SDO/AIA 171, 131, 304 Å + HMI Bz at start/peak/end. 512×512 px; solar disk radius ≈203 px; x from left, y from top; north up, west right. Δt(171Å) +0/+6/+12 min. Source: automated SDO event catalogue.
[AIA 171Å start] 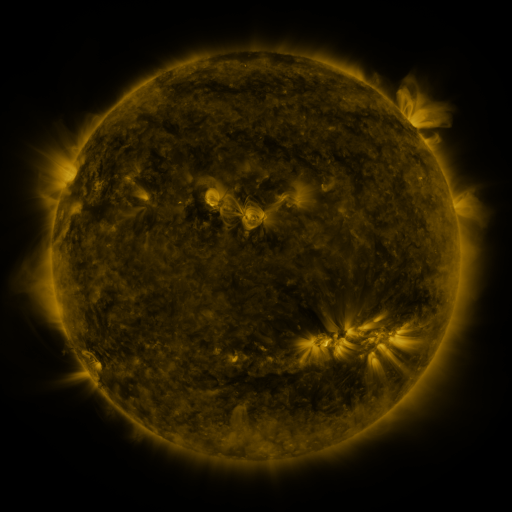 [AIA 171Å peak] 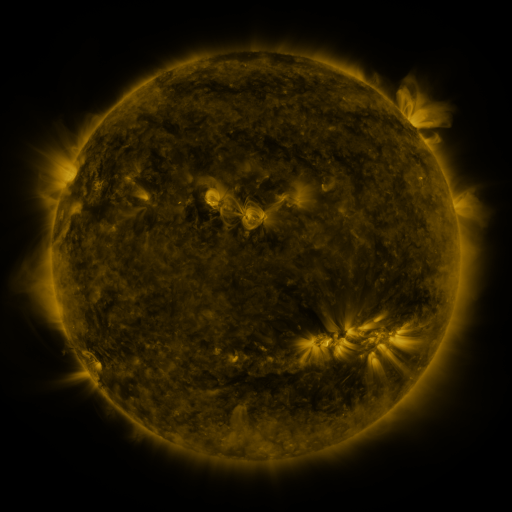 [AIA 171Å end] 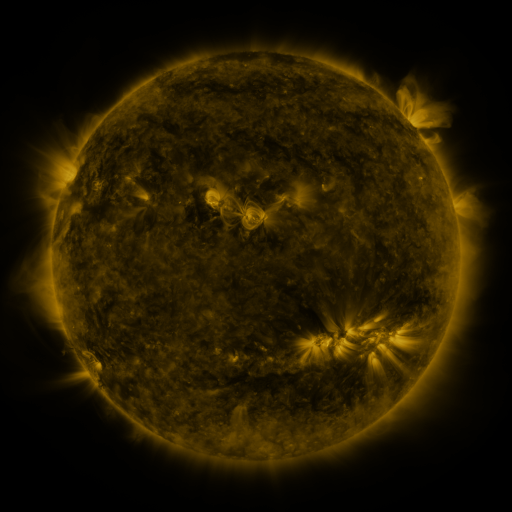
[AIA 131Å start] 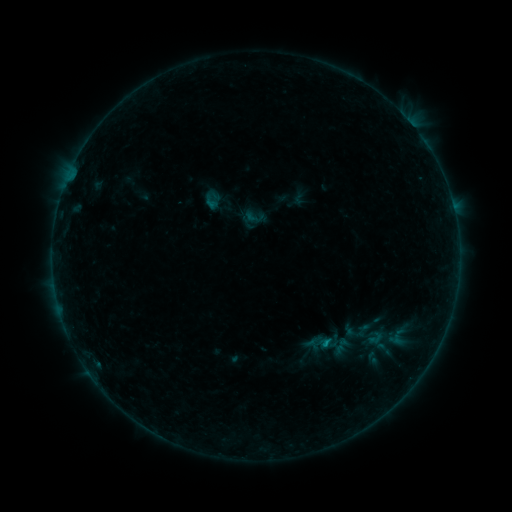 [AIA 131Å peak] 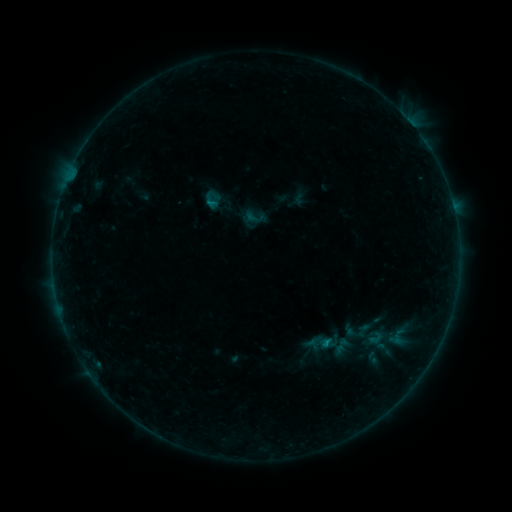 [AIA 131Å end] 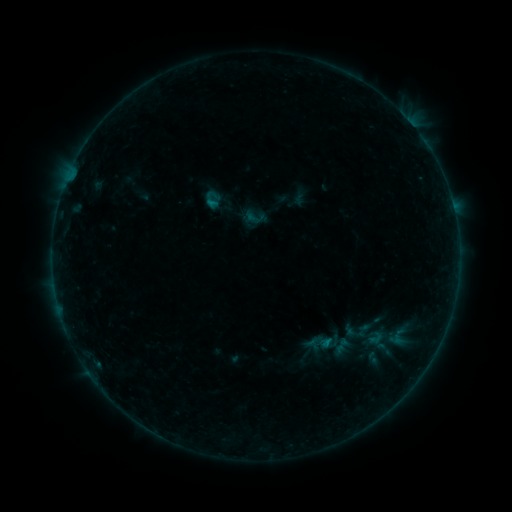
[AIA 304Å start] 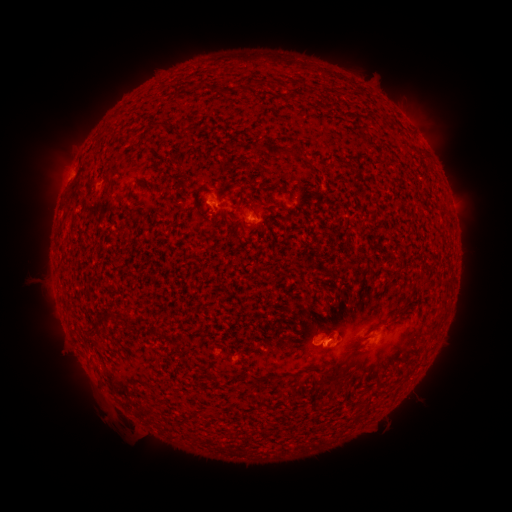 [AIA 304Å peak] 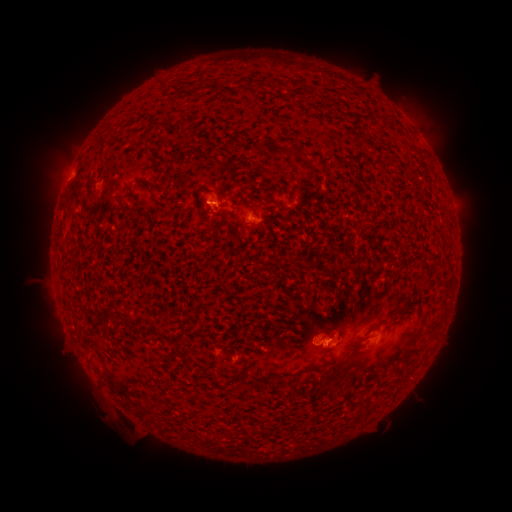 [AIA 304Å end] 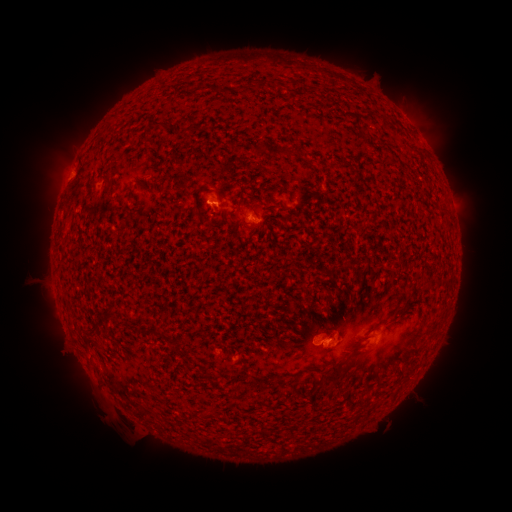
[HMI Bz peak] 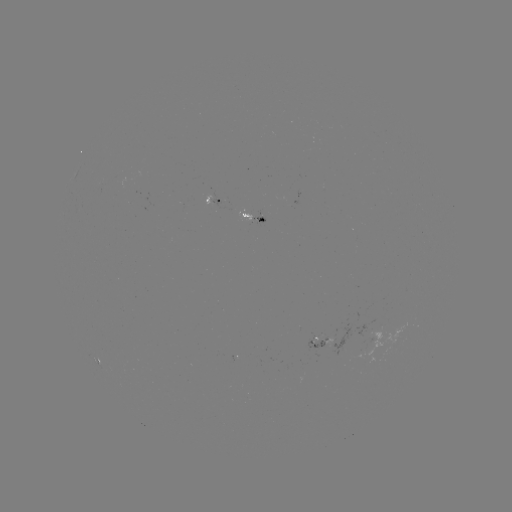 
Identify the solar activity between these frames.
B2.8 flare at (212, 202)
